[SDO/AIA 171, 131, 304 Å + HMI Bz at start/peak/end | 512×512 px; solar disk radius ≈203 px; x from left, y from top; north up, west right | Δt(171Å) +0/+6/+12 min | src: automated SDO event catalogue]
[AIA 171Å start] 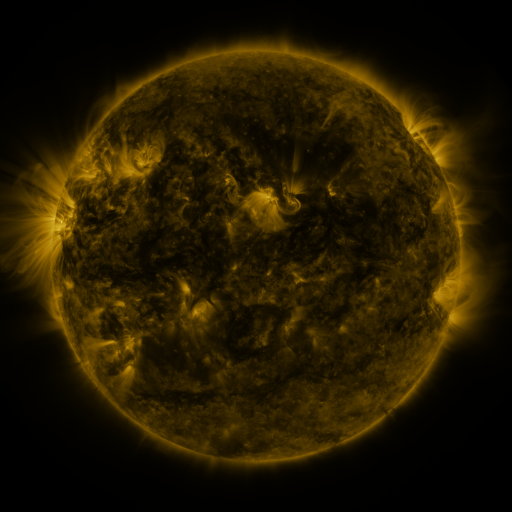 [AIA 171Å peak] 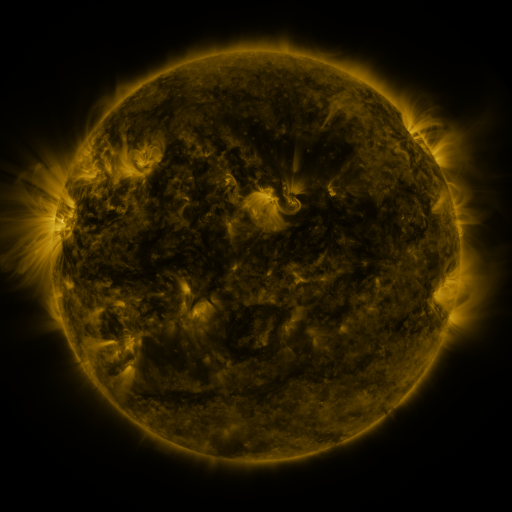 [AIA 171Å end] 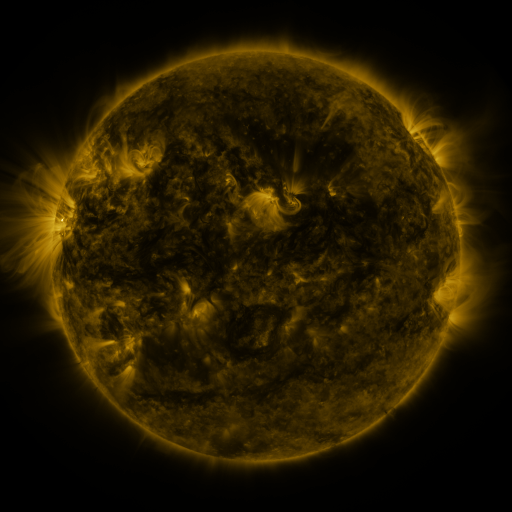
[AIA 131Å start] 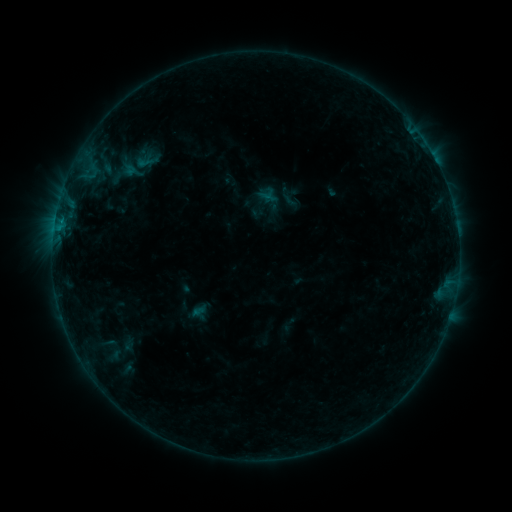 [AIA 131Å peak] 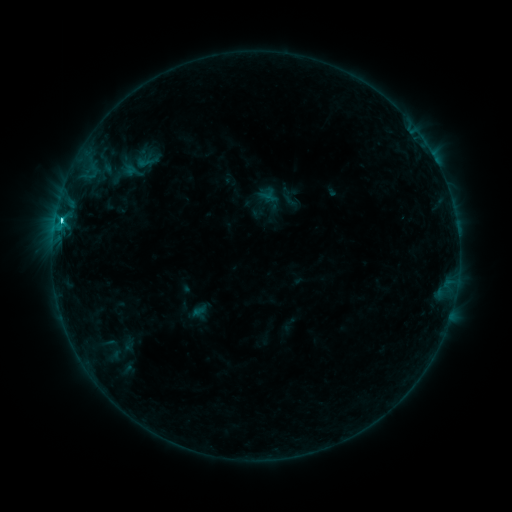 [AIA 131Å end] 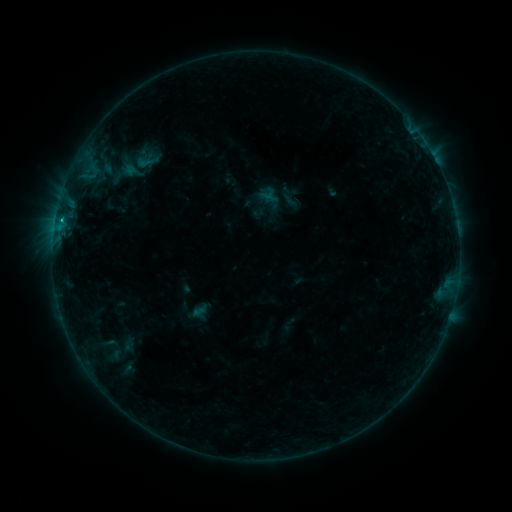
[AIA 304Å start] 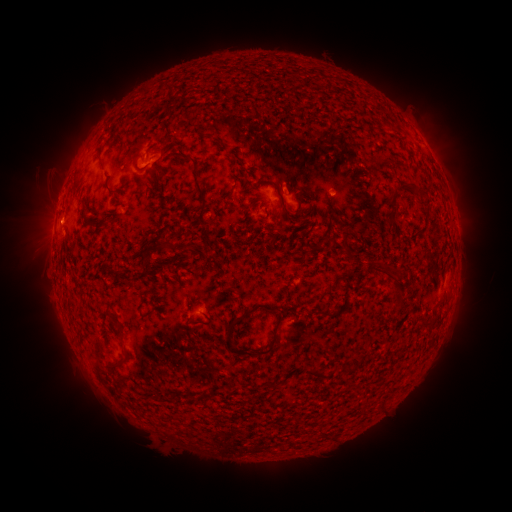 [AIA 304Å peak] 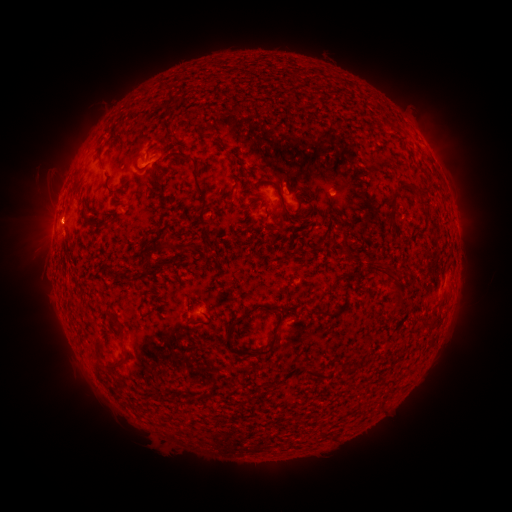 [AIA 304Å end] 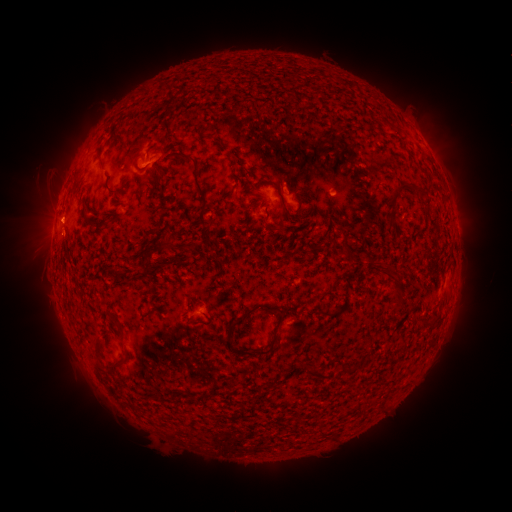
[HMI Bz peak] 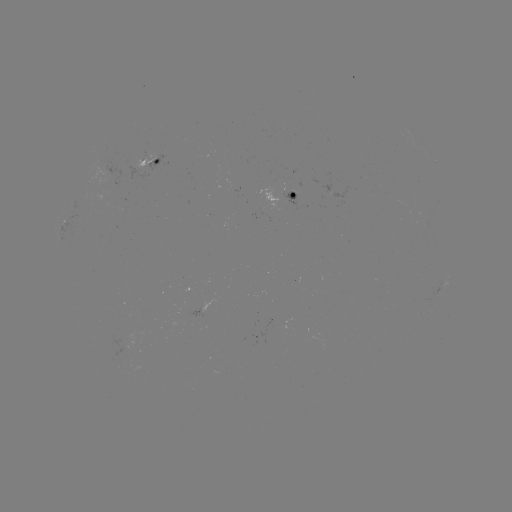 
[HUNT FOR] C2.0 flare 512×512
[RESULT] (62, 221)